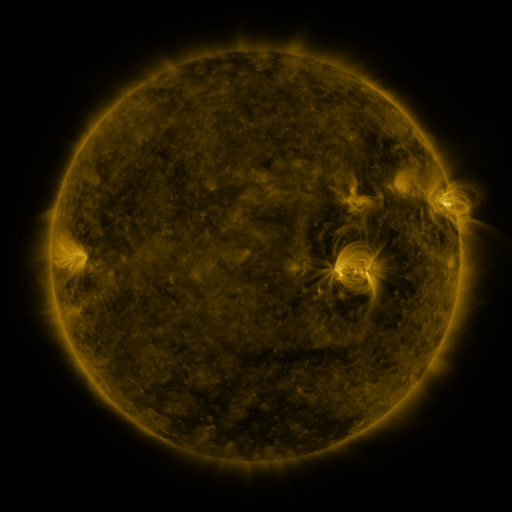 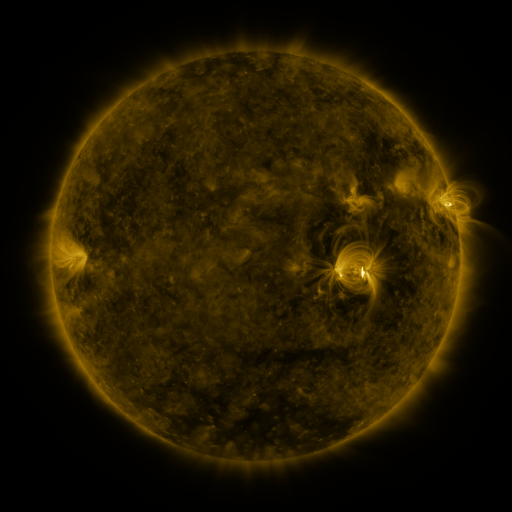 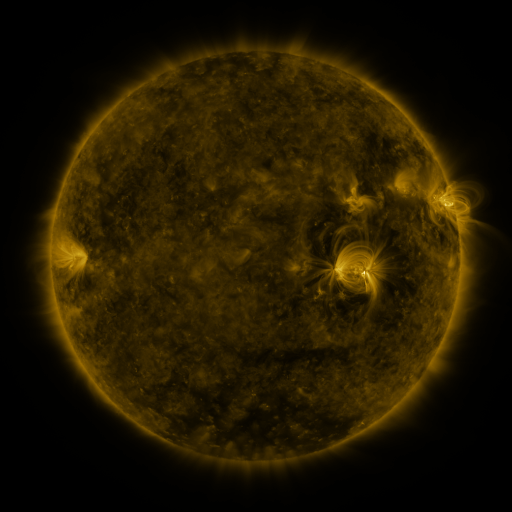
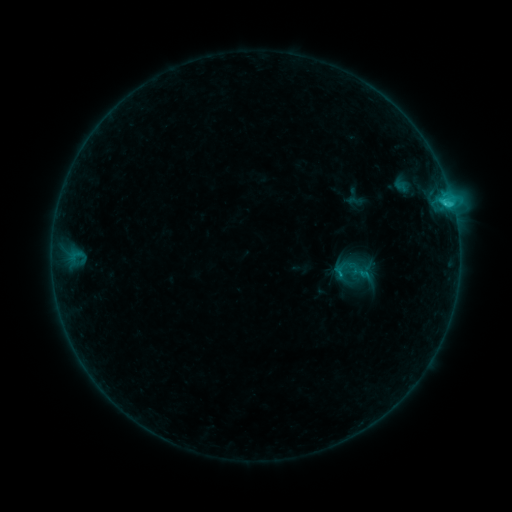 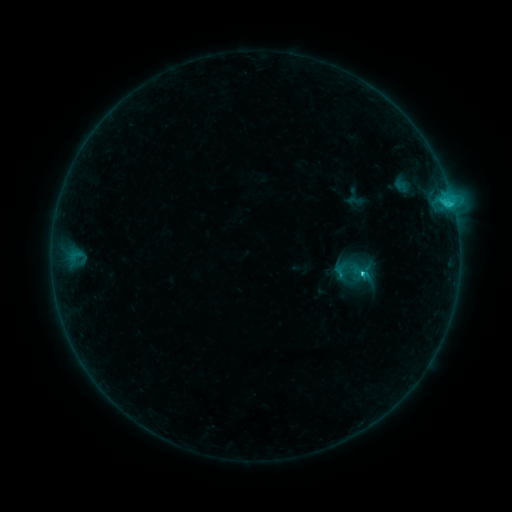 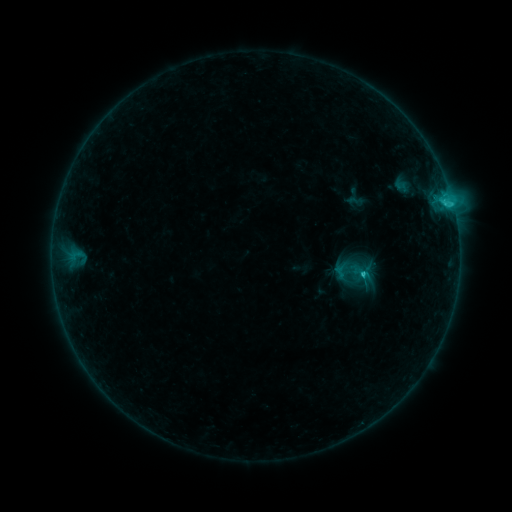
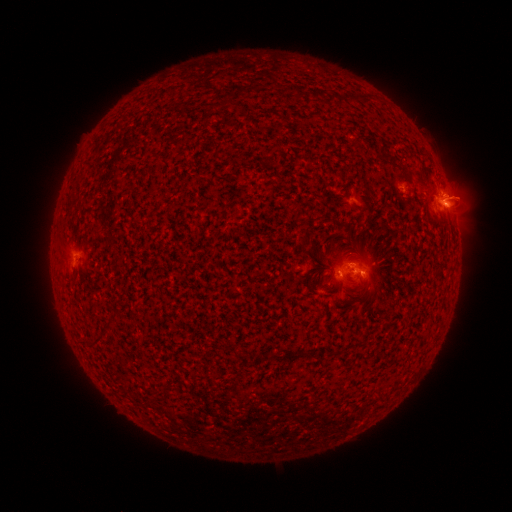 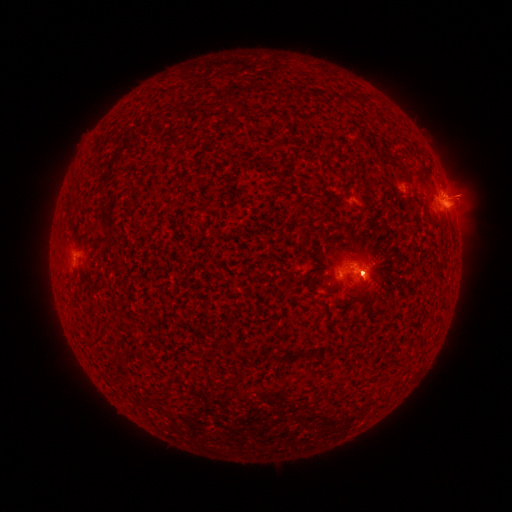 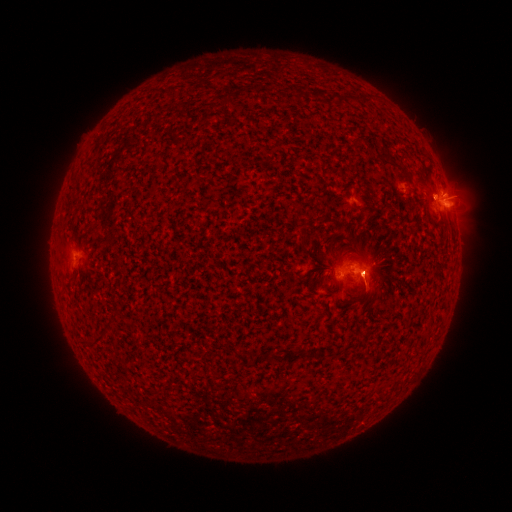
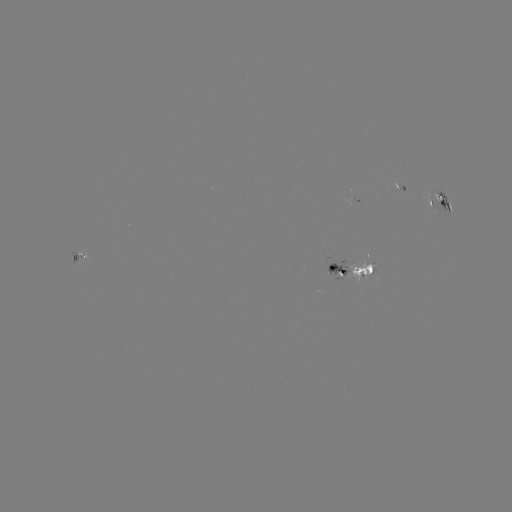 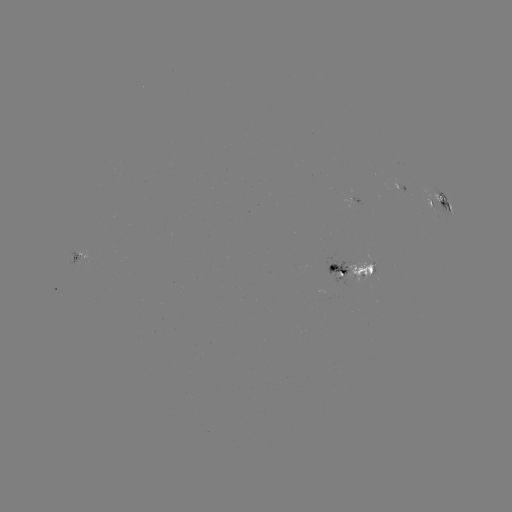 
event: eruption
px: (369, 276)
